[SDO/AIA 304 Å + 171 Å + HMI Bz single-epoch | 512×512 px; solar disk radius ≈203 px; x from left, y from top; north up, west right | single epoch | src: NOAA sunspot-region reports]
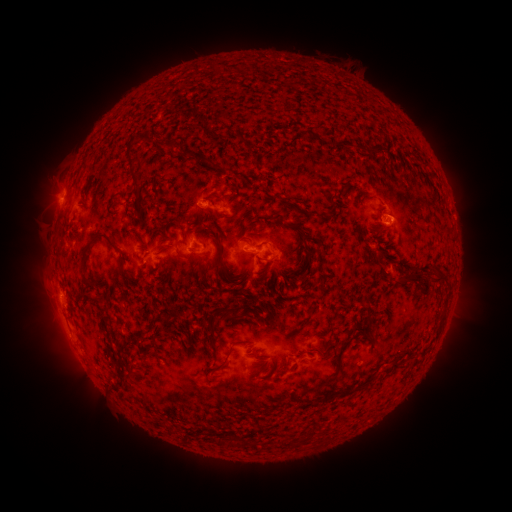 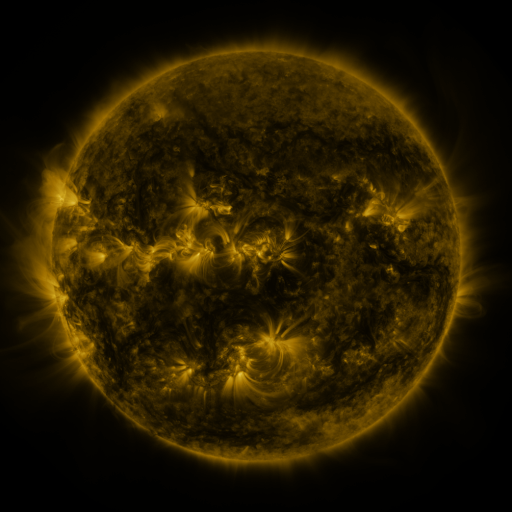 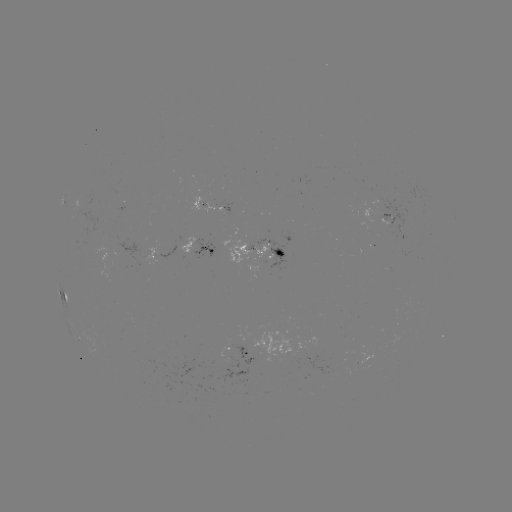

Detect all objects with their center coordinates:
spotted active region: (222, 206)
spotted active region: (392, 220)
spotted active region: (197, 247)
spotted active region: (266, 248)
spotted active region: (67, 295)
spotted active region: (242, 351)
